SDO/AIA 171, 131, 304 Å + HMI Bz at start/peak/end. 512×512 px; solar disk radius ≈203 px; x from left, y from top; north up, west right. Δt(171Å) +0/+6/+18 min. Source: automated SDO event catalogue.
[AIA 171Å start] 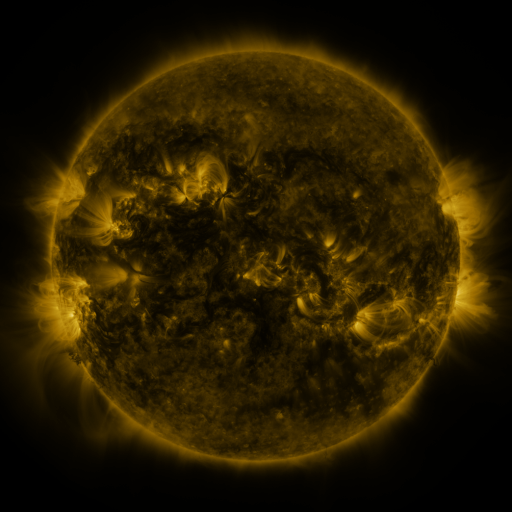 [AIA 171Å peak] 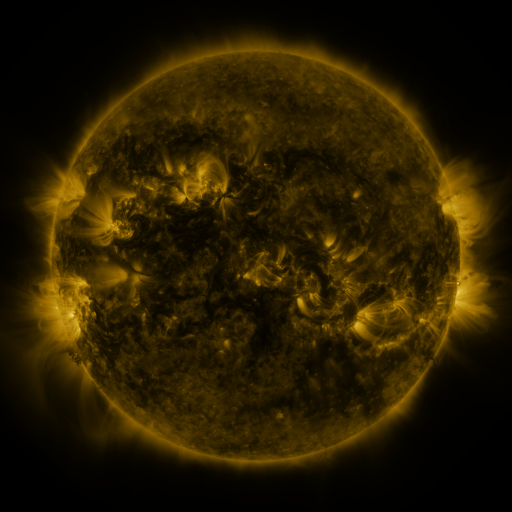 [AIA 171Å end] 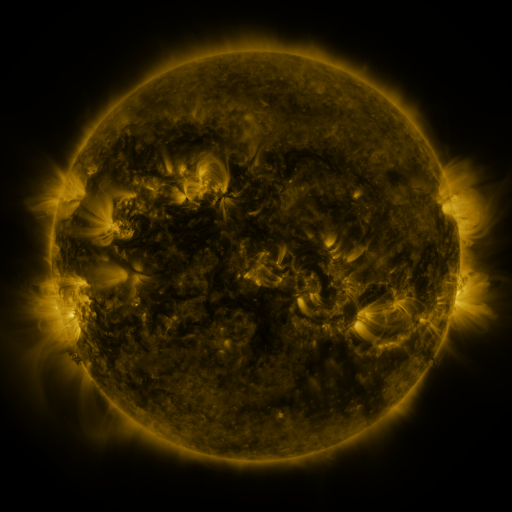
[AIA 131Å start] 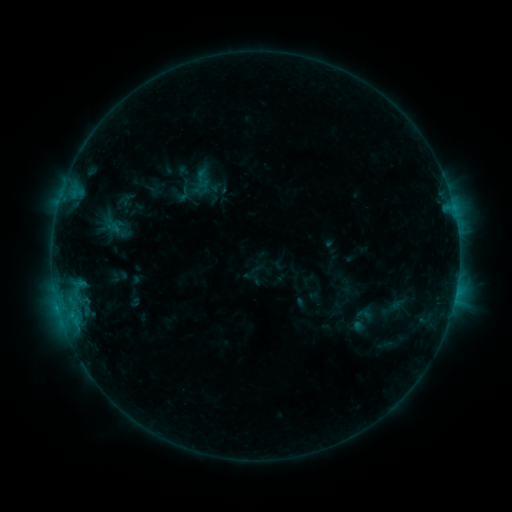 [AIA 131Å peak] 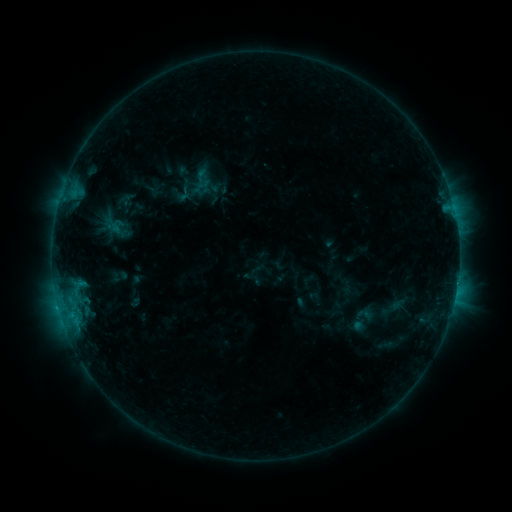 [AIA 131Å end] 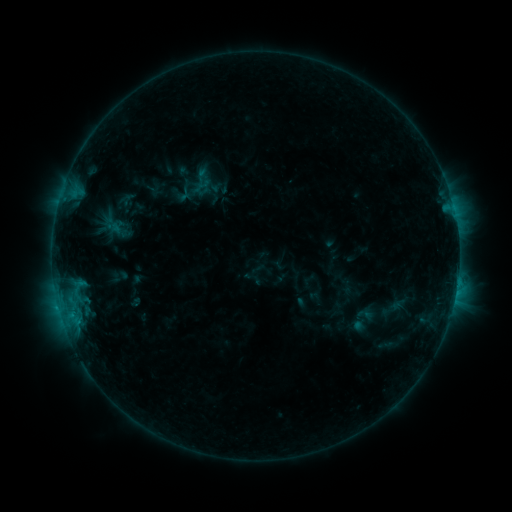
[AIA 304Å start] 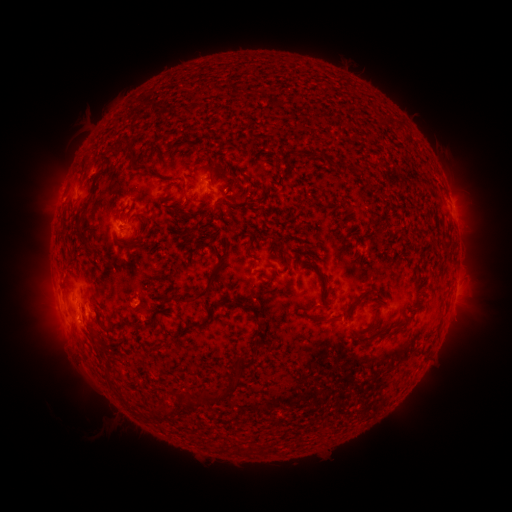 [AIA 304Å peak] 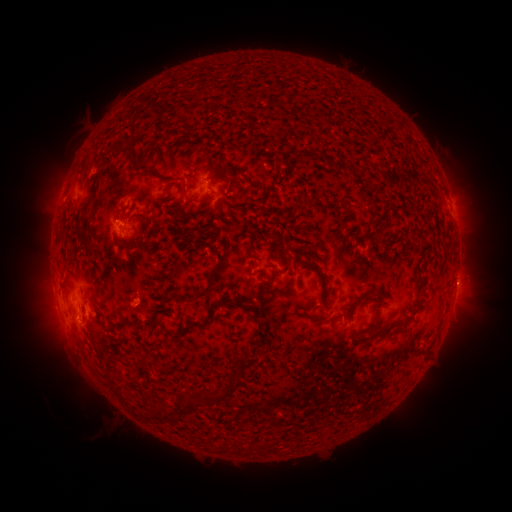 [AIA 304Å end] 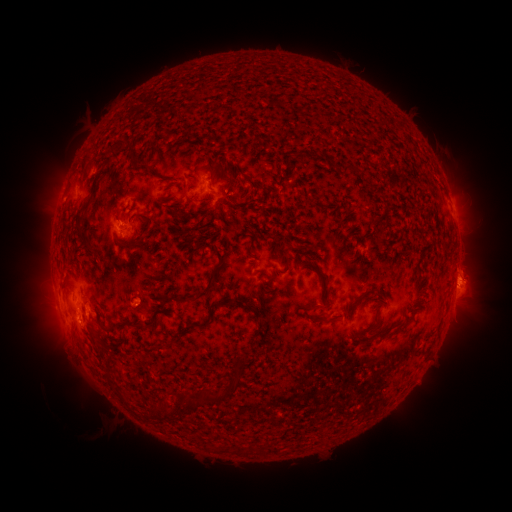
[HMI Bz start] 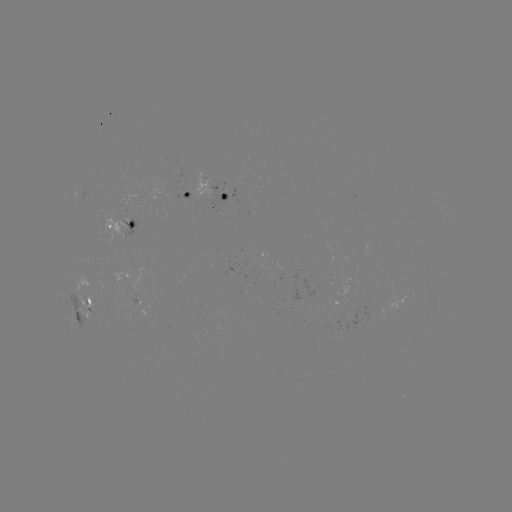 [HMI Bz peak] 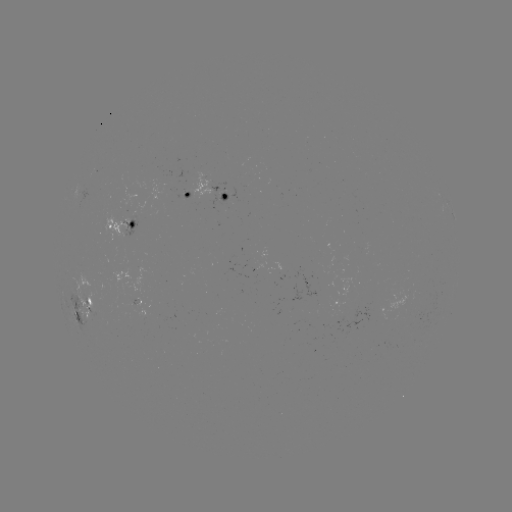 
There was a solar flare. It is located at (457, 280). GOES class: B8.3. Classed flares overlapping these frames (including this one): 1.